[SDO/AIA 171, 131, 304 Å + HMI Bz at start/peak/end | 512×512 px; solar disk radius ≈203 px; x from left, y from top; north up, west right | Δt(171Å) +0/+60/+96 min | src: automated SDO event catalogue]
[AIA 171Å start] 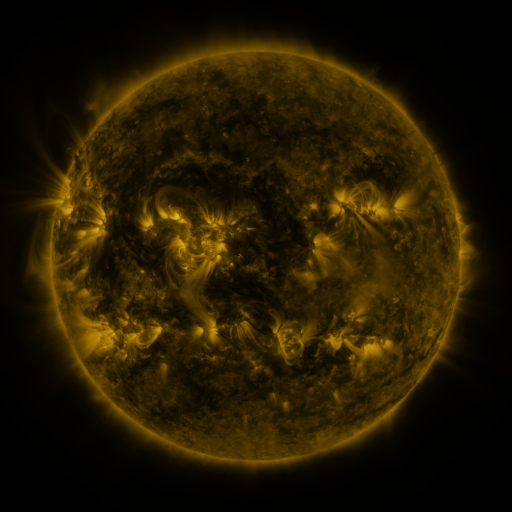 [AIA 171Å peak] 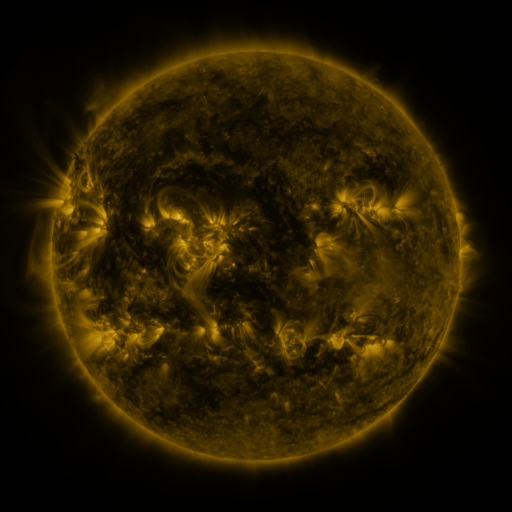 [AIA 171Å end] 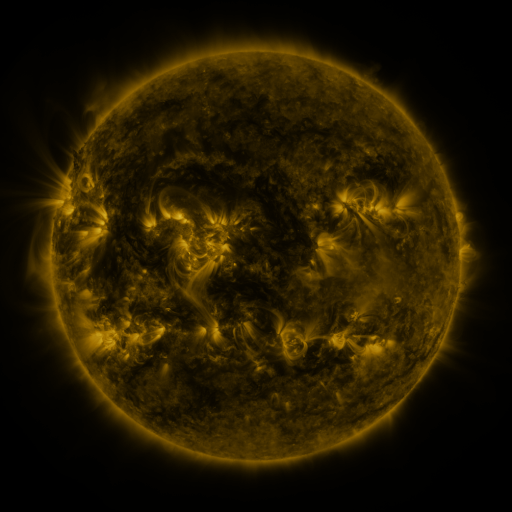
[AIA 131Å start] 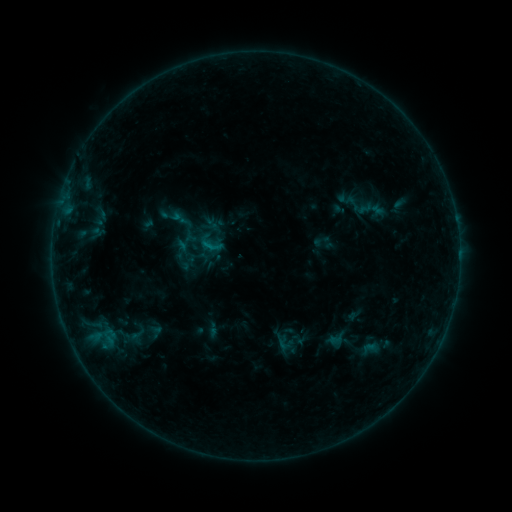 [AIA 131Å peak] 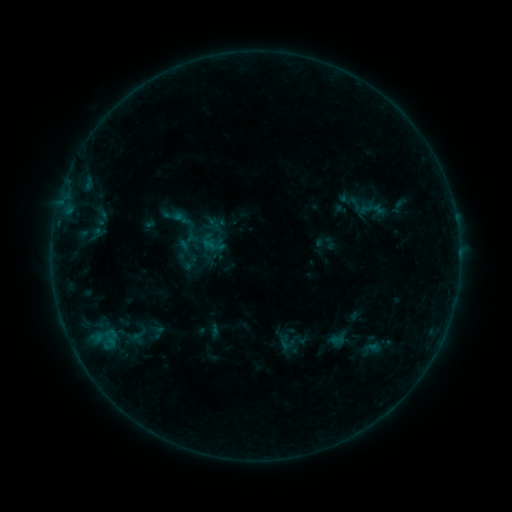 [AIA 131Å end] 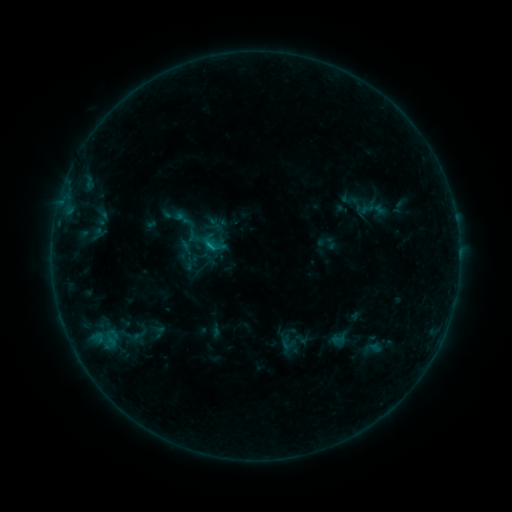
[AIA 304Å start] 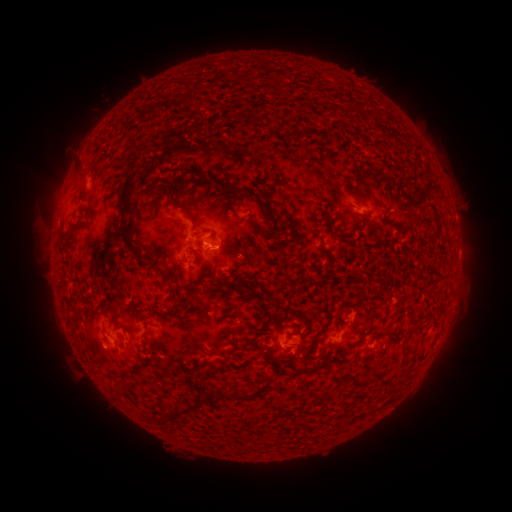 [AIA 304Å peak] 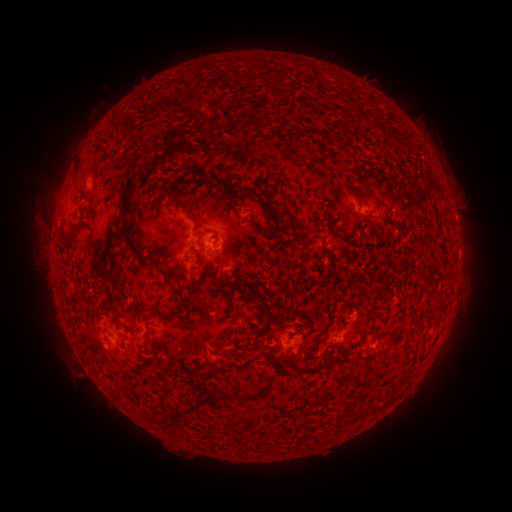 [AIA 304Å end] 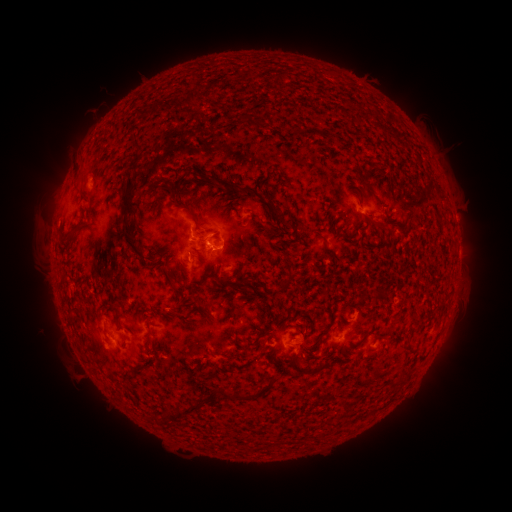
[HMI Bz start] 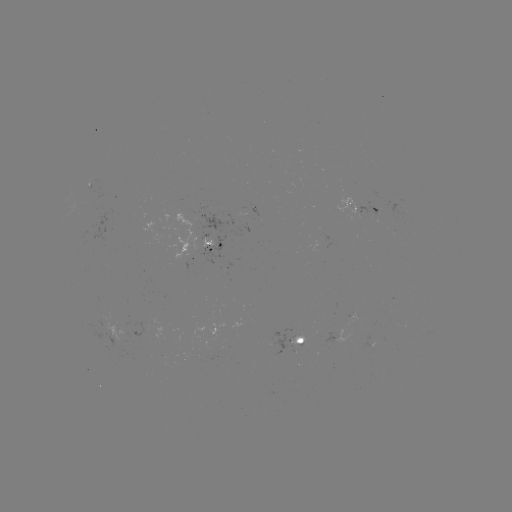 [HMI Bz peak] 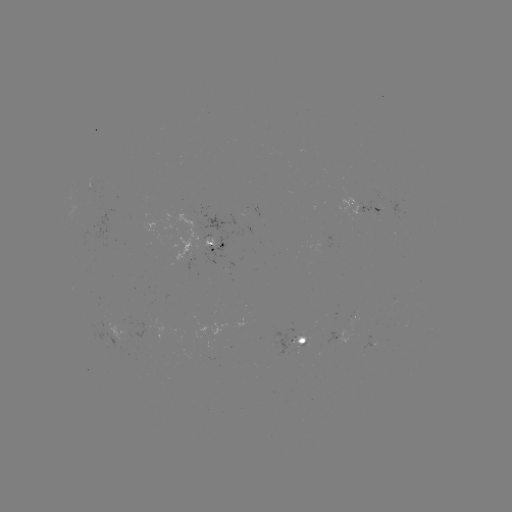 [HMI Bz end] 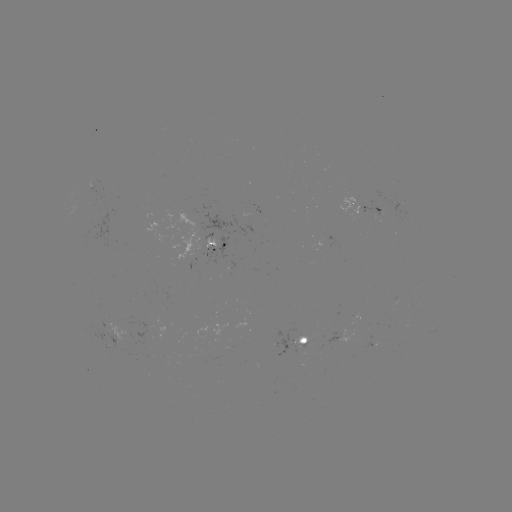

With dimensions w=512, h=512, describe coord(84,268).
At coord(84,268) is emerging-flux region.